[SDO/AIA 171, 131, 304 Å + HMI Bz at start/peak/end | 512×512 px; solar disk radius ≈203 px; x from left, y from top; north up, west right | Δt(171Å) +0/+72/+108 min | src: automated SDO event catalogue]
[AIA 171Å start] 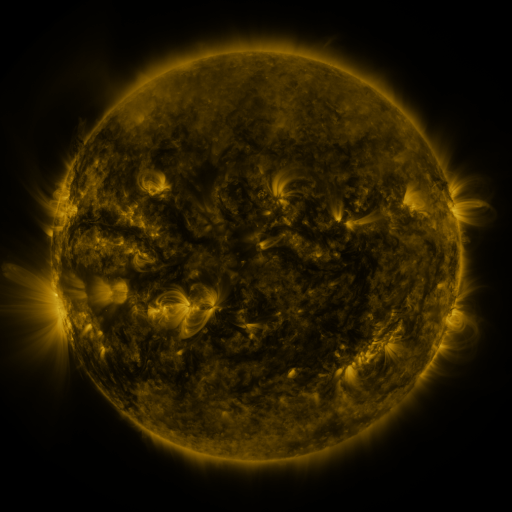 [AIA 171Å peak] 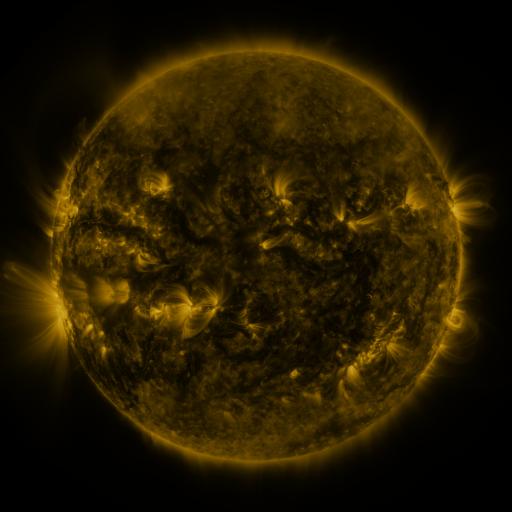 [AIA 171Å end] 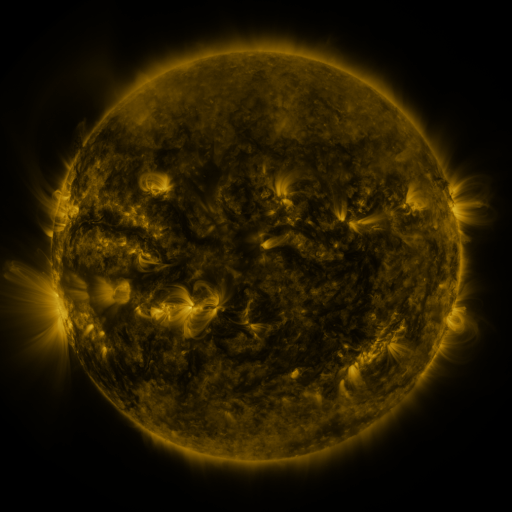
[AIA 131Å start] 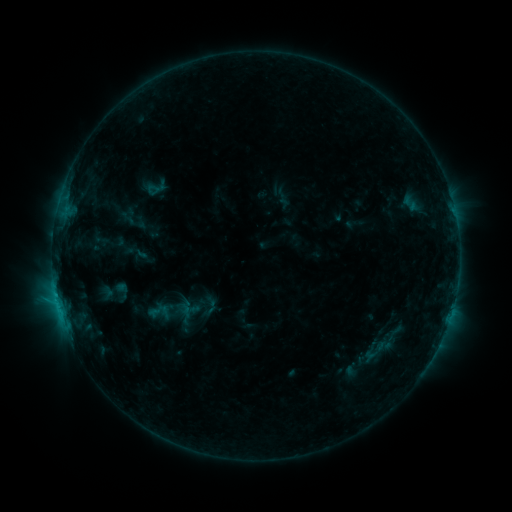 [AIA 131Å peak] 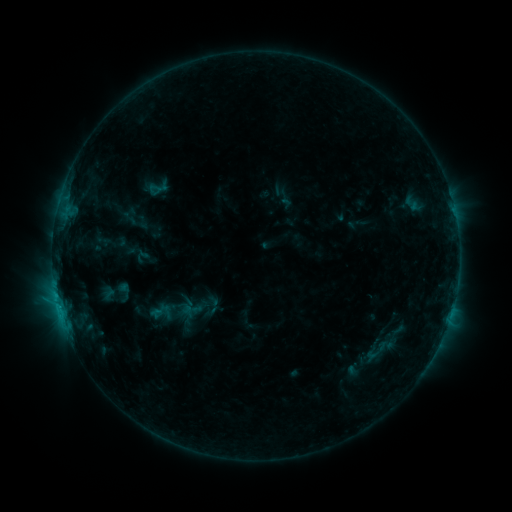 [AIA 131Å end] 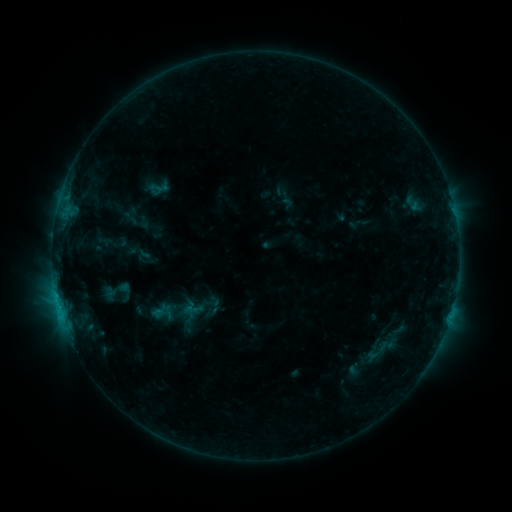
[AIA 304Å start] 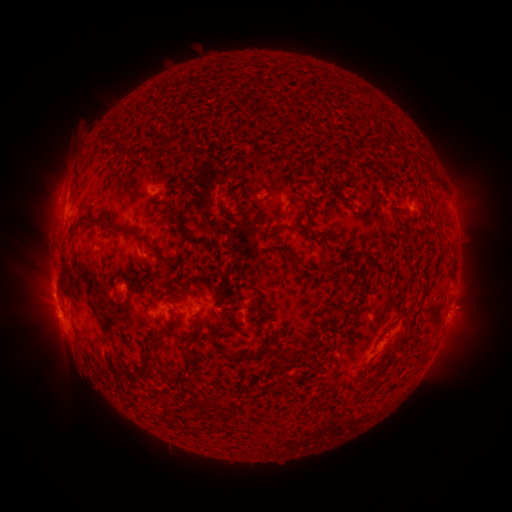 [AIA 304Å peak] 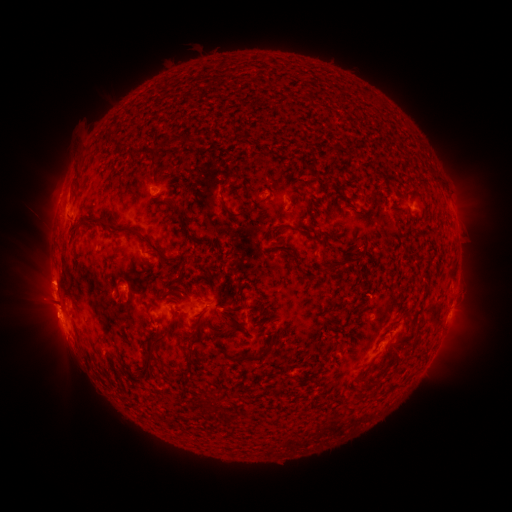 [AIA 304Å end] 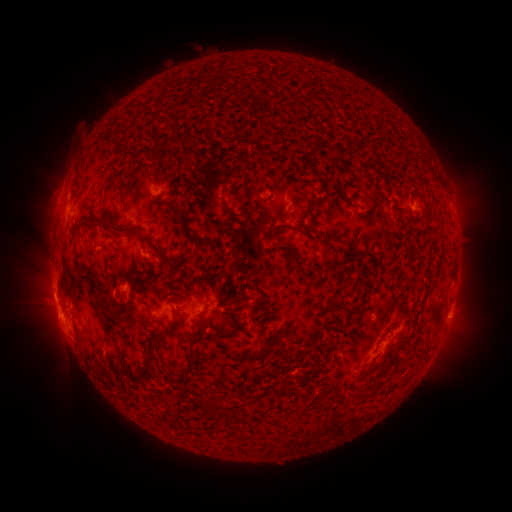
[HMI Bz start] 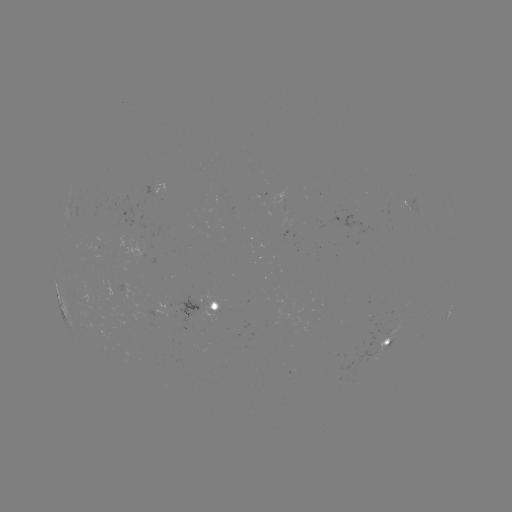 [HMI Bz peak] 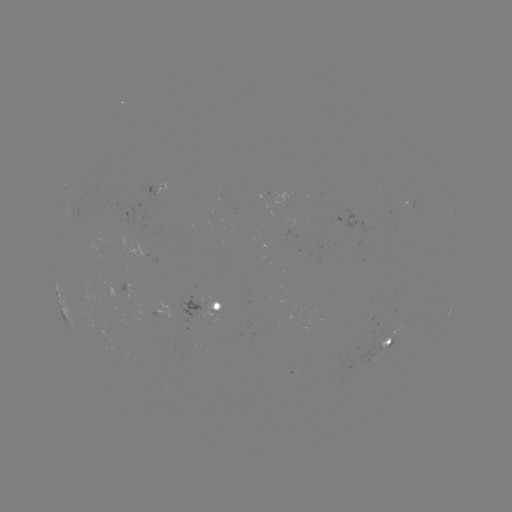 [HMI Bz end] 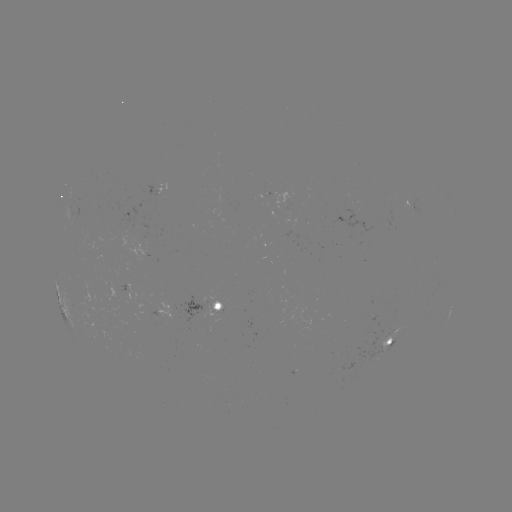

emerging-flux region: <bbox>257, 194, 267, 199</bbox>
